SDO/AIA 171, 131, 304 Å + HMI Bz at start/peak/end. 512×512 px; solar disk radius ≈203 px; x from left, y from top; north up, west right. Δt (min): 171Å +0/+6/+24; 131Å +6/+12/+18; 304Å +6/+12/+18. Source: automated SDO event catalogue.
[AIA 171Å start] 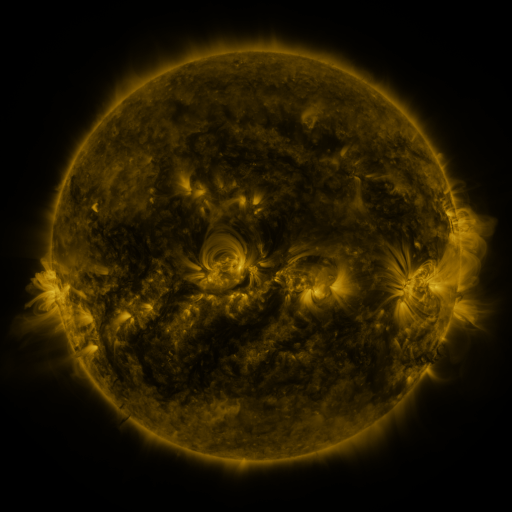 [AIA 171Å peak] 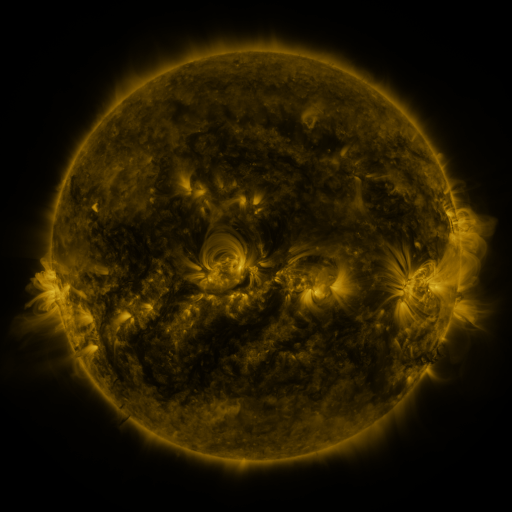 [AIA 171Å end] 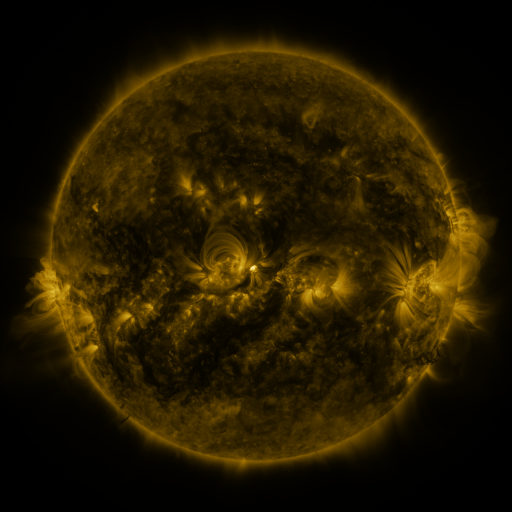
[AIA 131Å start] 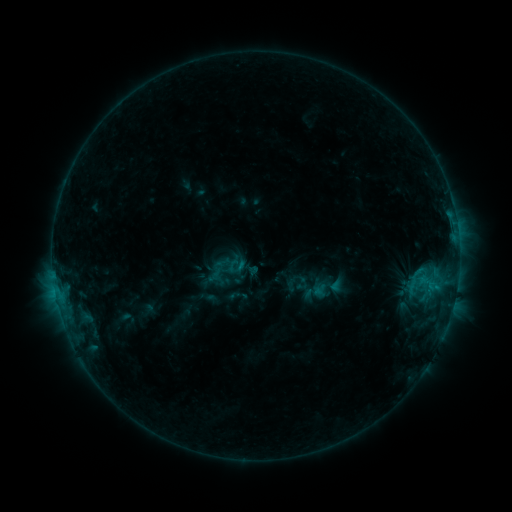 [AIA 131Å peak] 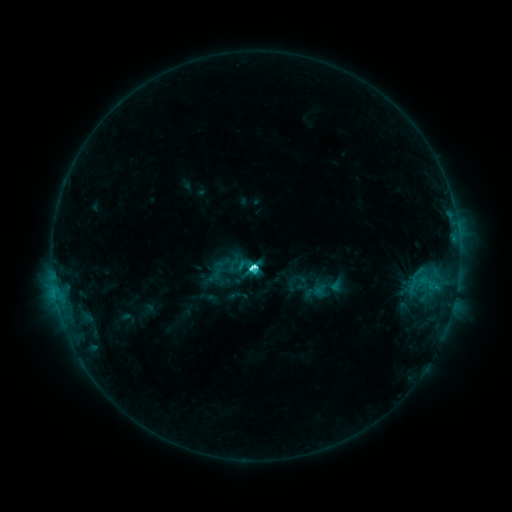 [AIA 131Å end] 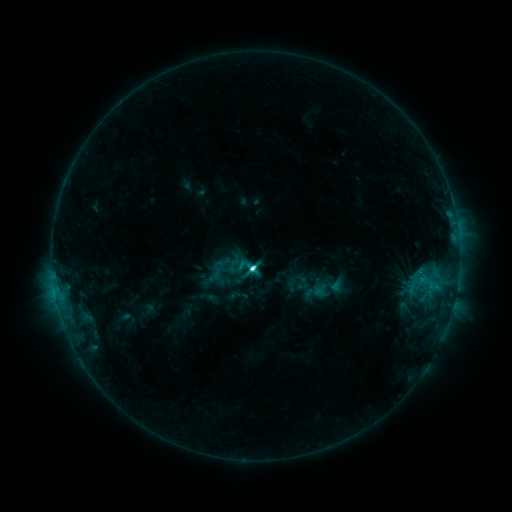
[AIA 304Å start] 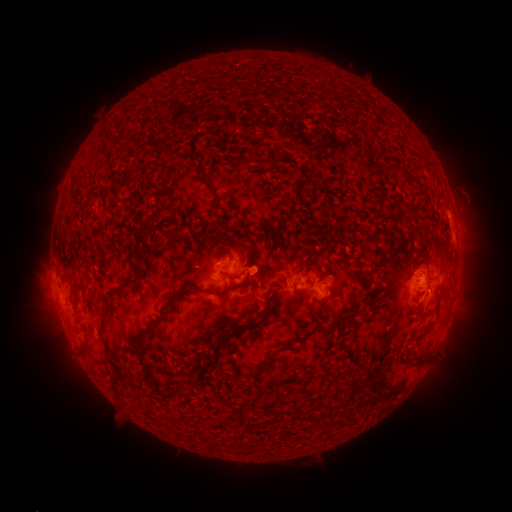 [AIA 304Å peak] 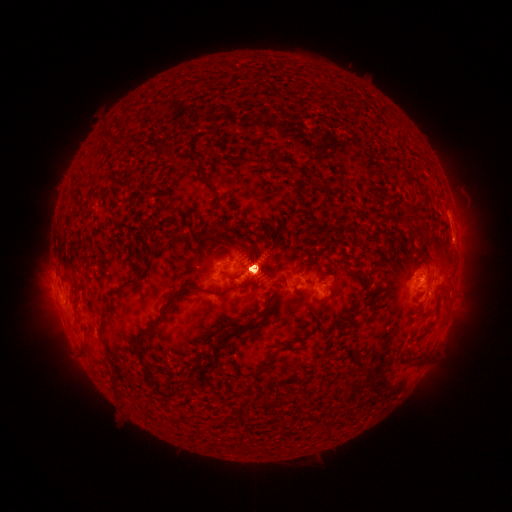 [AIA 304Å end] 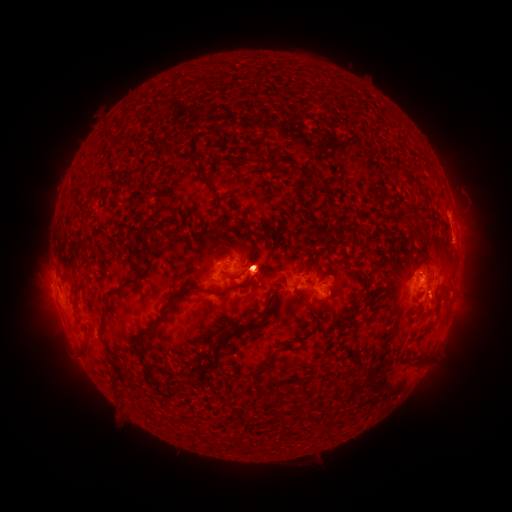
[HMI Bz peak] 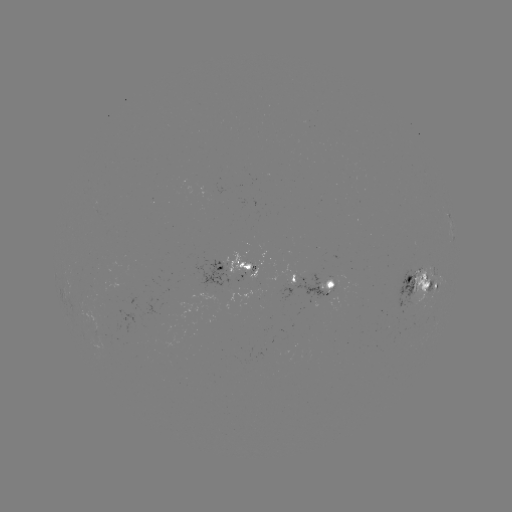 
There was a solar flare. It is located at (256, 267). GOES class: M1.1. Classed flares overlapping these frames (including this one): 1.